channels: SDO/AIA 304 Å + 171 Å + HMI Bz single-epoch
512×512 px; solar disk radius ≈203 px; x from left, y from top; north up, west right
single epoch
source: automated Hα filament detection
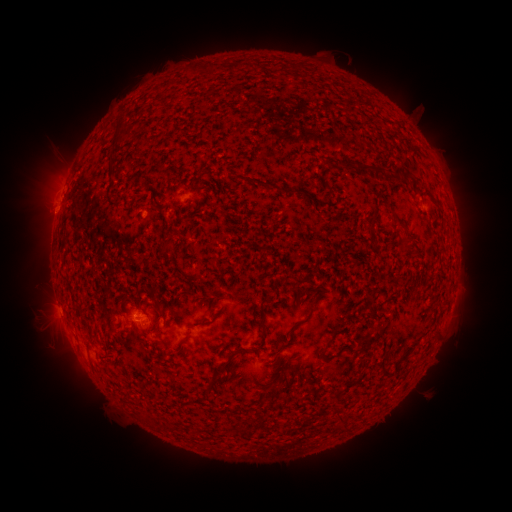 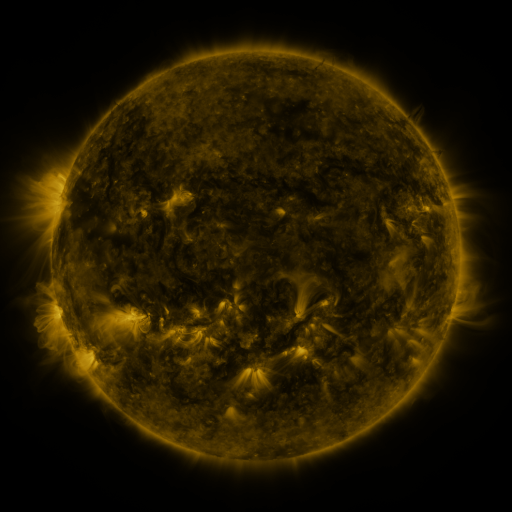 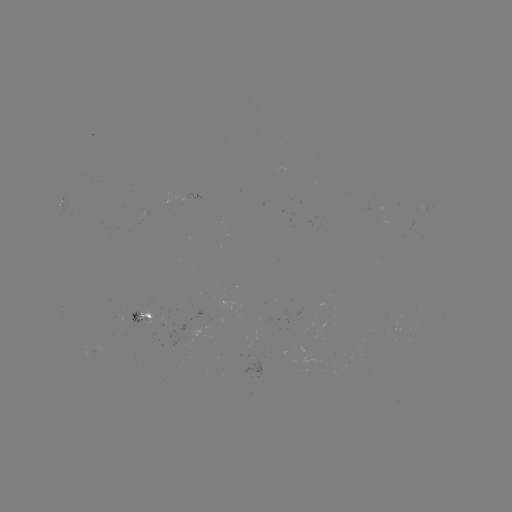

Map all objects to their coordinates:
filament: (128, 132)
filament: (347, 166)
filament: (367, 168)
filament: (407, 176)
filament: (261, 183)
filament: (399, 222)
filament: (263, 331)
filament: (403, 359)
filament: (224, 365)
filament: (214, 380)
filament: (351, 384)
